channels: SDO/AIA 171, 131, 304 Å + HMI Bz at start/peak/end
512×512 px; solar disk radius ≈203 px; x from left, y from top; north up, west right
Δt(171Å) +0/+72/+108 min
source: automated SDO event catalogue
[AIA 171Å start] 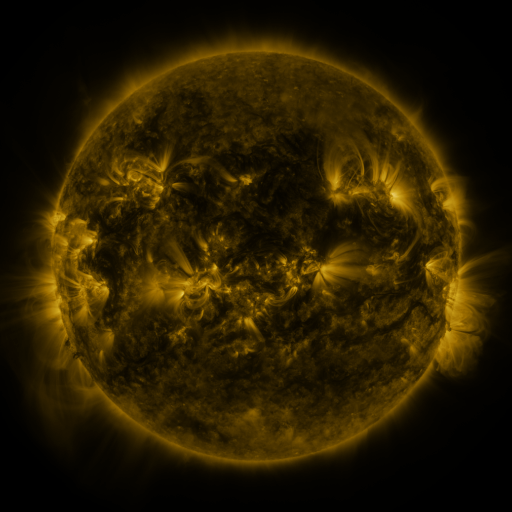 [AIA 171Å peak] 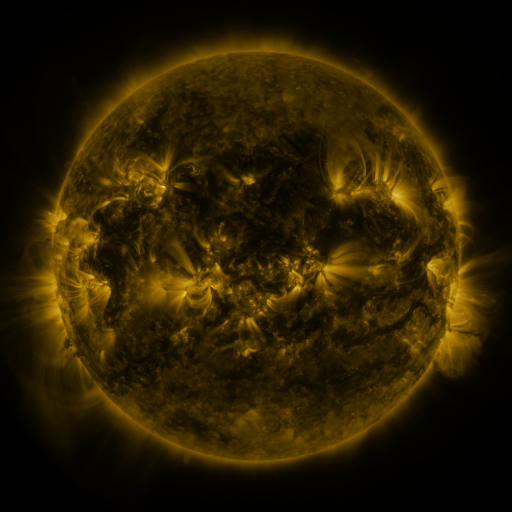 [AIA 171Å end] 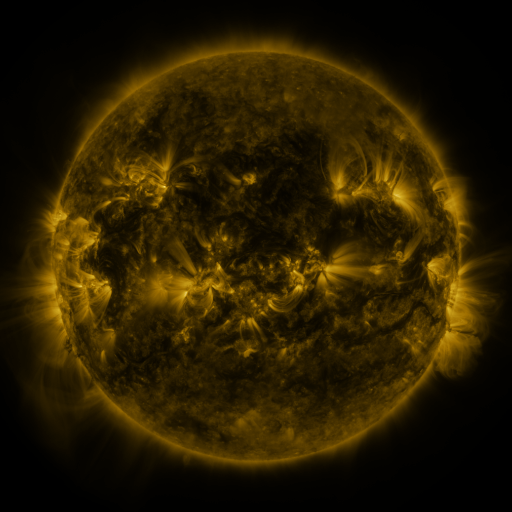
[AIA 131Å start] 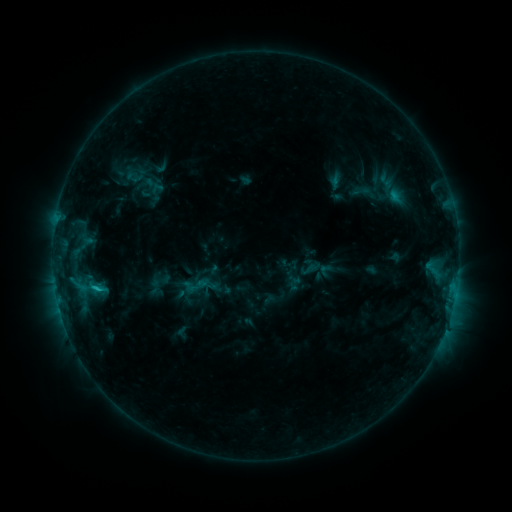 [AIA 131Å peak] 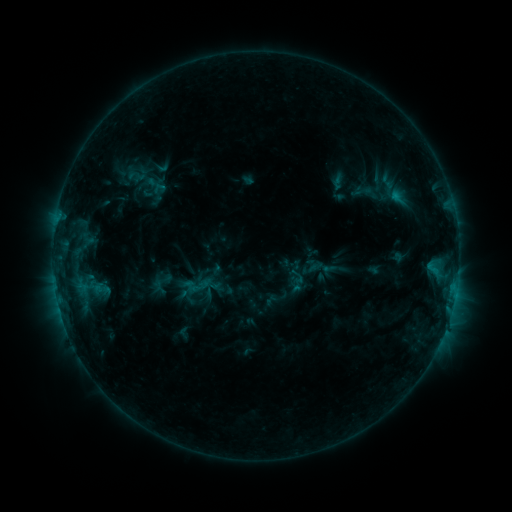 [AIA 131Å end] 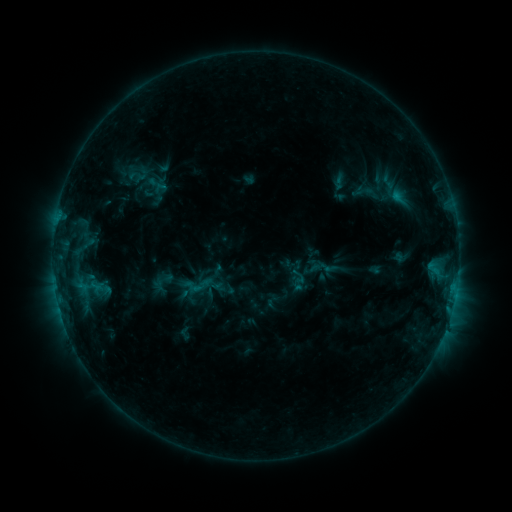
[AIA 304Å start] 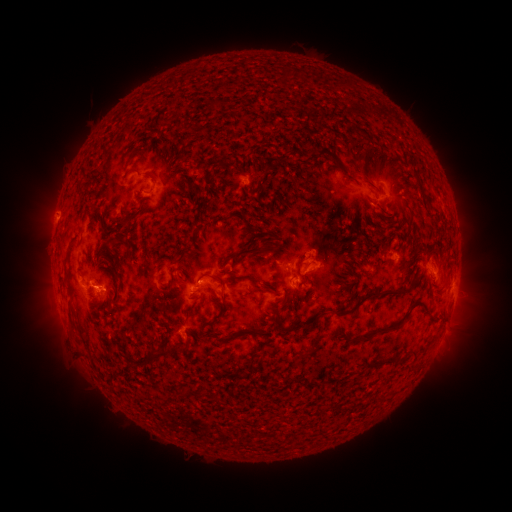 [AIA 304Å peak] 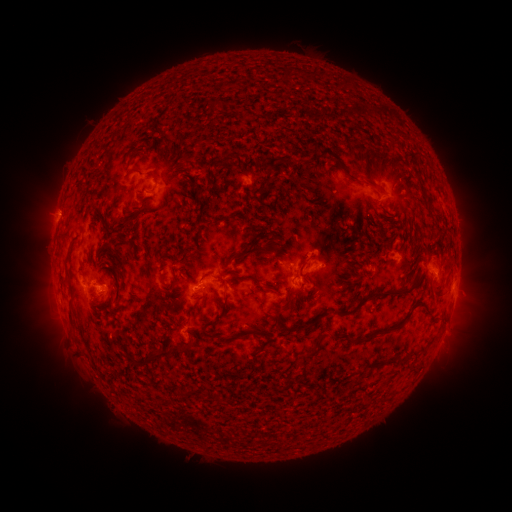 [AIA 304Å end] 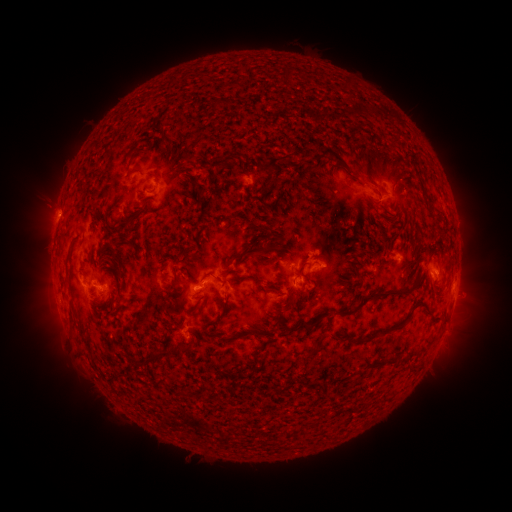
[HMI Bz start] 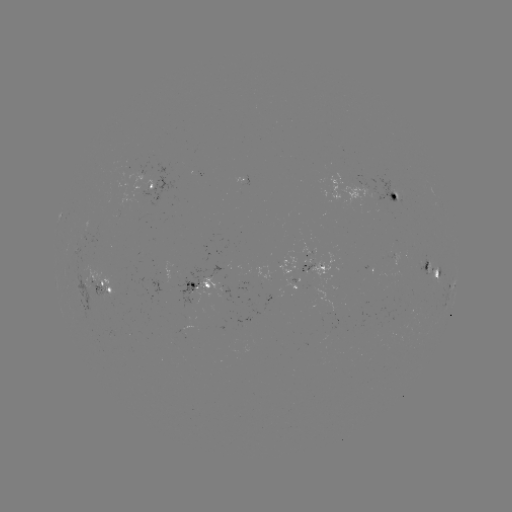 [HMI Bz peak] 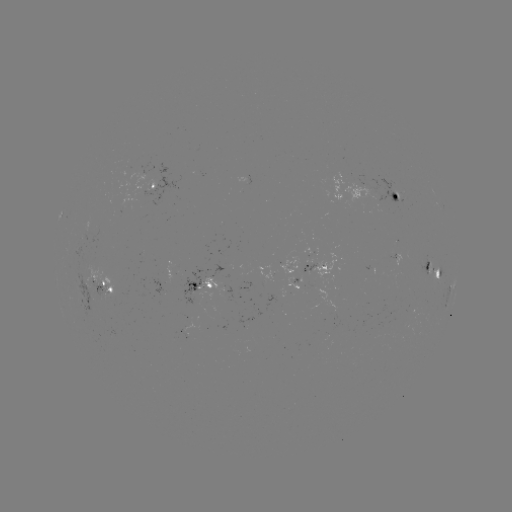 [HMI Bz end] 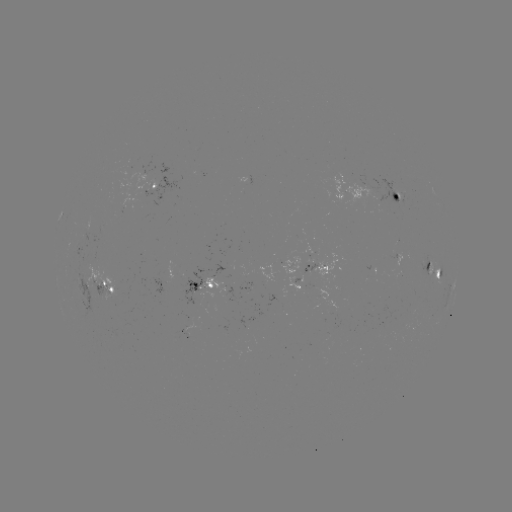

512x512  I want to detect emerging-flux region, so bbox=[387, 249, 395, 260].